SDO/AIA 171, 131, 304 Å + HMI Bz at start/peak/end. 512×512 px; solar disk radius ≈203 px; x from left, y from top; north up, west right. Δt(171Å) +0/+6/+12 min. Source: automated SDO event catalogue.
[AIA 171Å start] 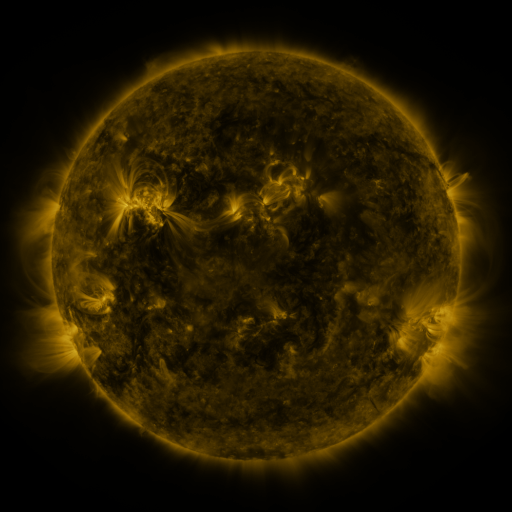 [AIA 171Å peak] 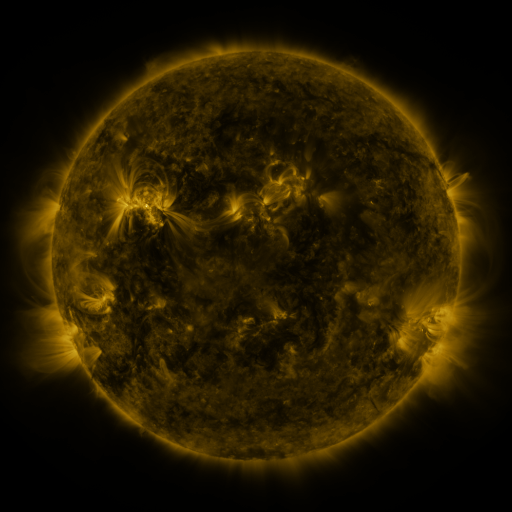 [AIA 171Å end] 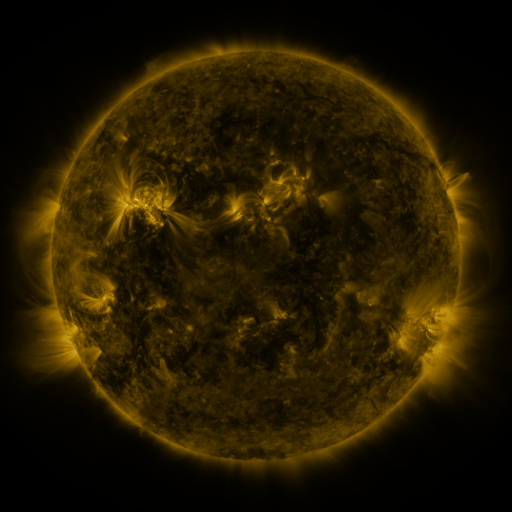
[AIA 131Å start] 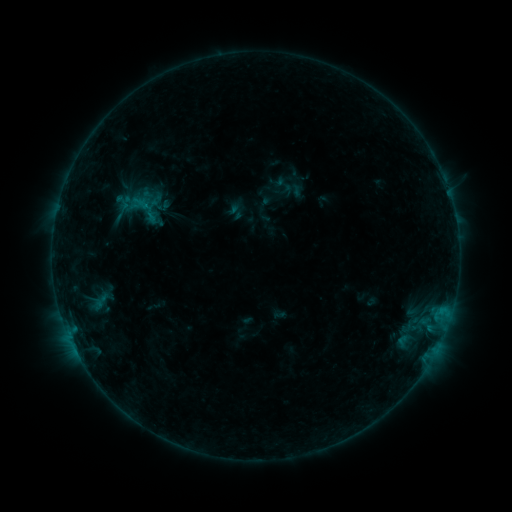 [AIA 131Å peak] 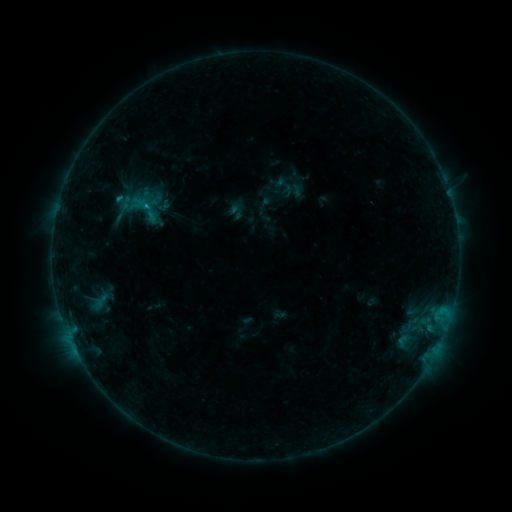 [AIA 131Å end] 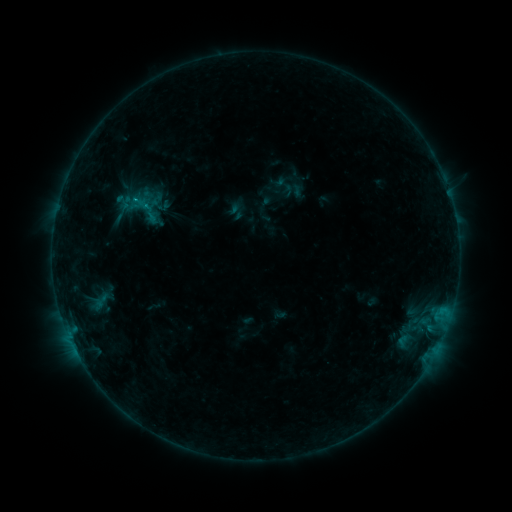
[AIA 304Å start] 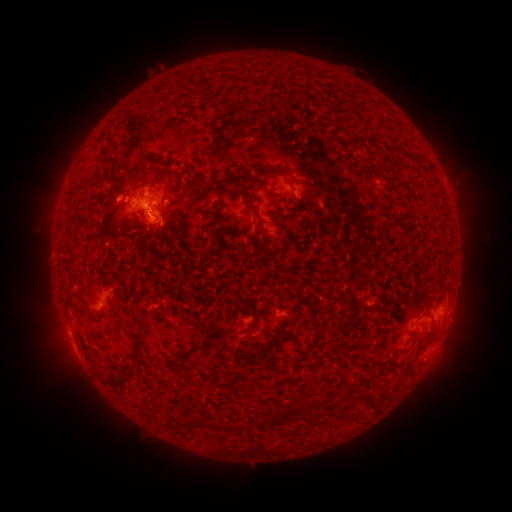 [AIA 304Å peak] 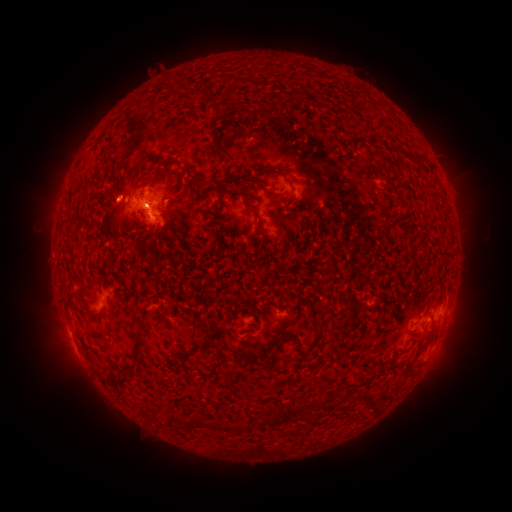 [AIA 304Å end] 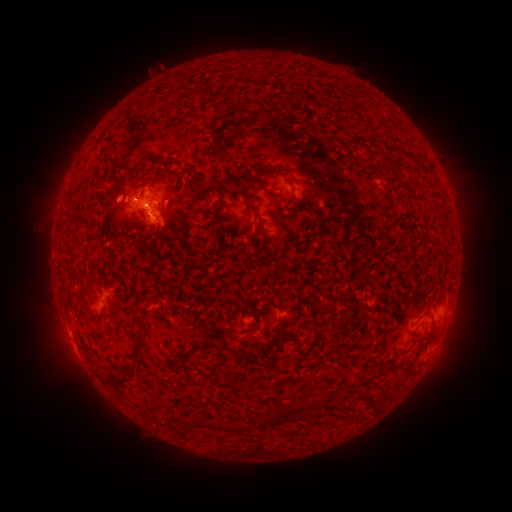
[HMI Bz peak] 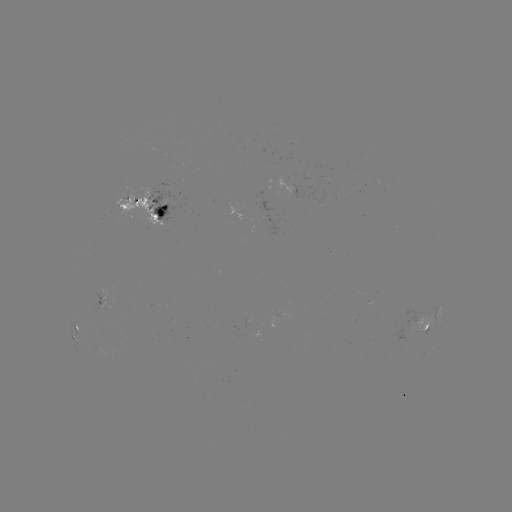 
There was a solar flare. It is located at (121, 198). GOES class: B5.3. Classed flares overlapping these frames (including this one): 1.